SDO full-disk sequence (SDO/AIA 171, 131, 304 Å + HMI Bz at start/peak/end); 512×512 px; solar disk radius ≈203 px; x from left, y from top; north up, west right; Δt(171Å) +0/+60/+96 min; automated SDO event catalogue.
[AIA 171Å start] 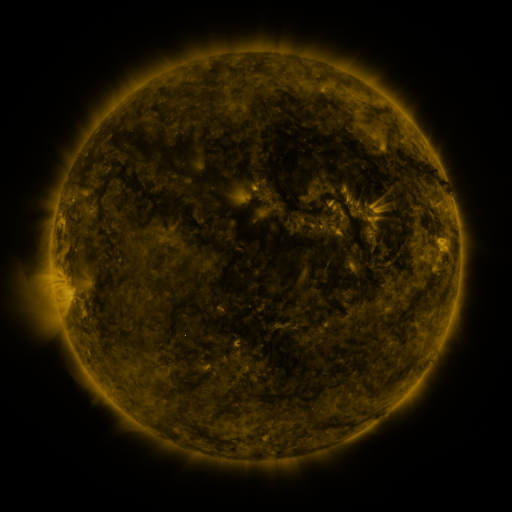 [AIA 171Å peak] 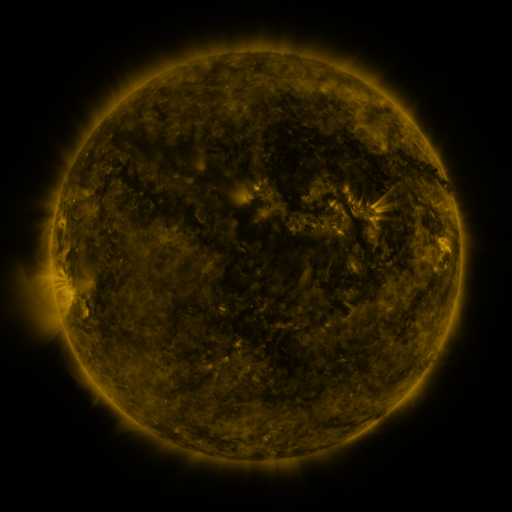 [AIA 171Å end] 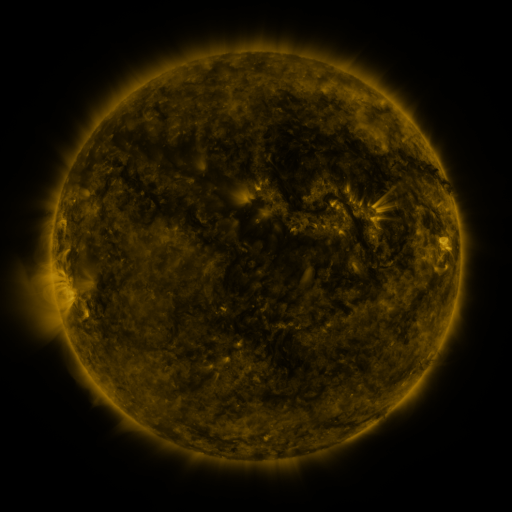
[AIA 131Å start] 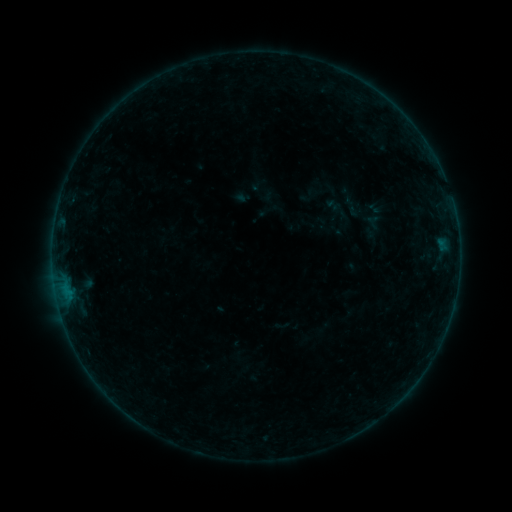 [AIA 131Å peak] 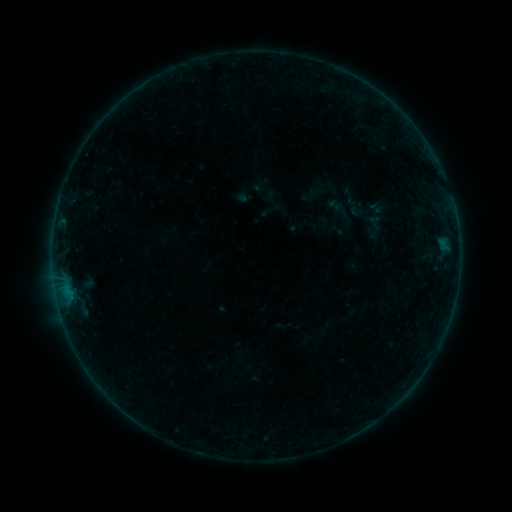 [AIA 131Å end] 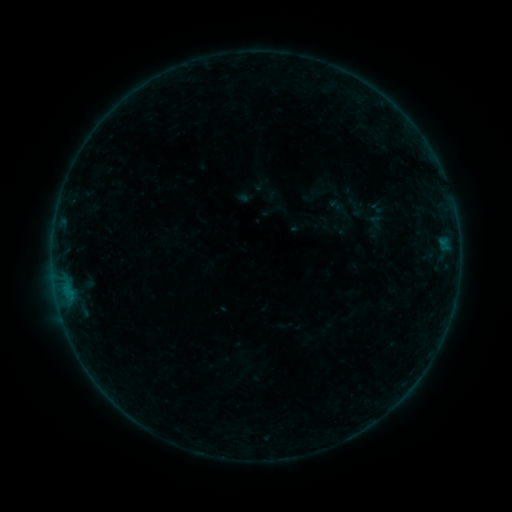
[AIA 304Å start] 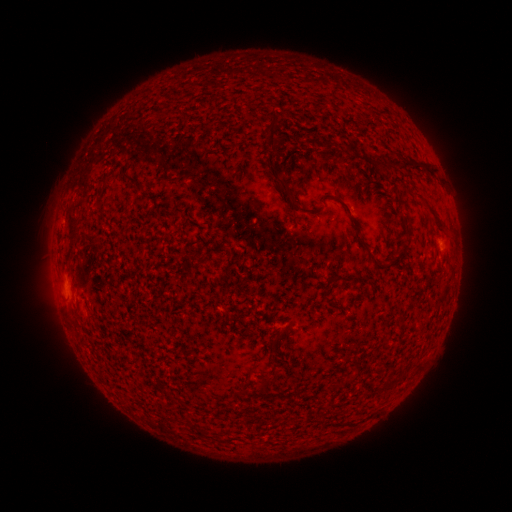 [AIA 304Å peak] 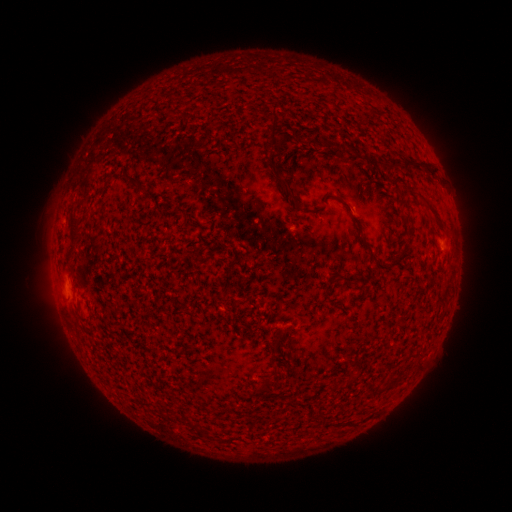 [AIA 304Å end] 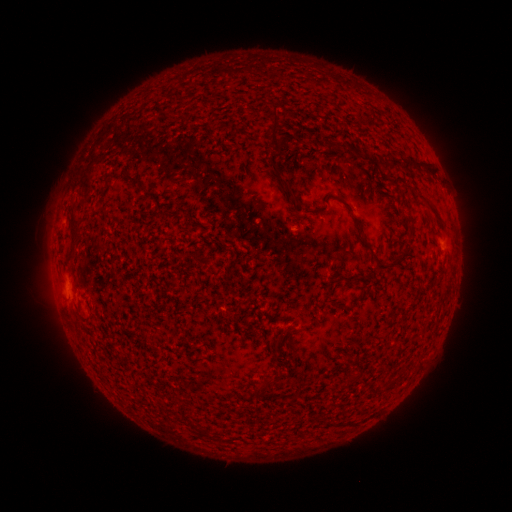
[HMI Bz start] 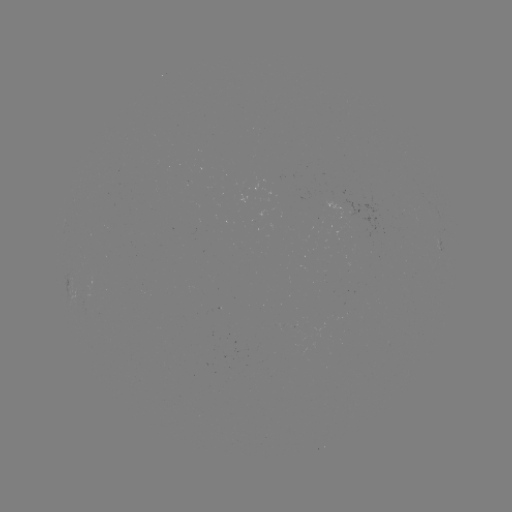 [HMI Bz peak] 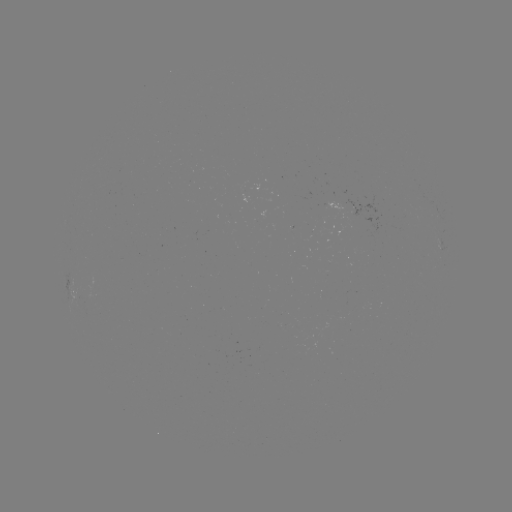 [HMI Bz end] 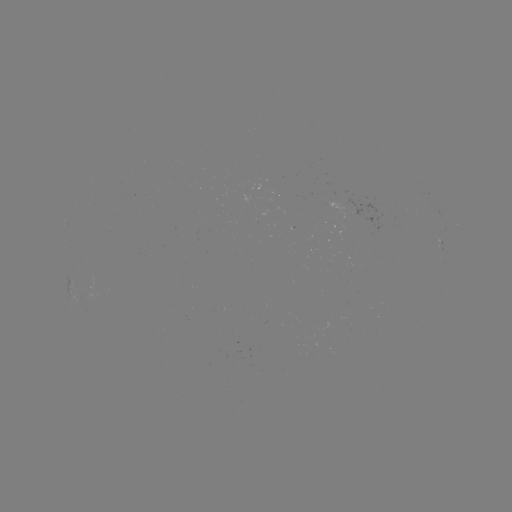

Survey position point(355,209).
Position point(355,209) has emerging-flux region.